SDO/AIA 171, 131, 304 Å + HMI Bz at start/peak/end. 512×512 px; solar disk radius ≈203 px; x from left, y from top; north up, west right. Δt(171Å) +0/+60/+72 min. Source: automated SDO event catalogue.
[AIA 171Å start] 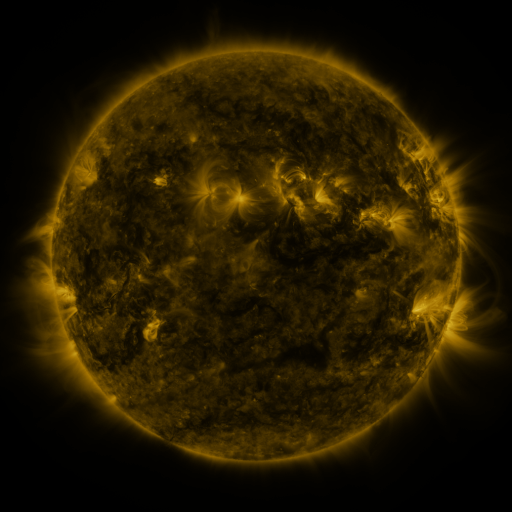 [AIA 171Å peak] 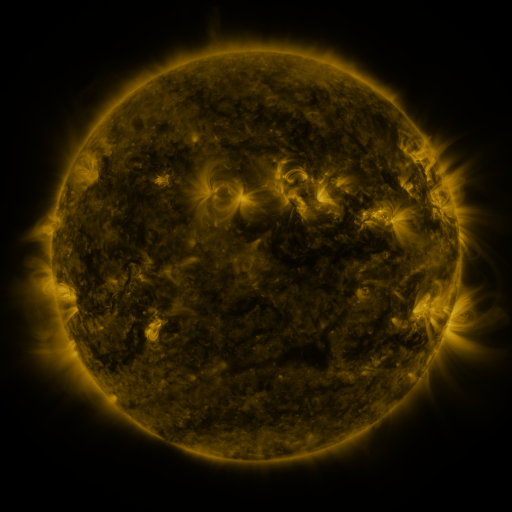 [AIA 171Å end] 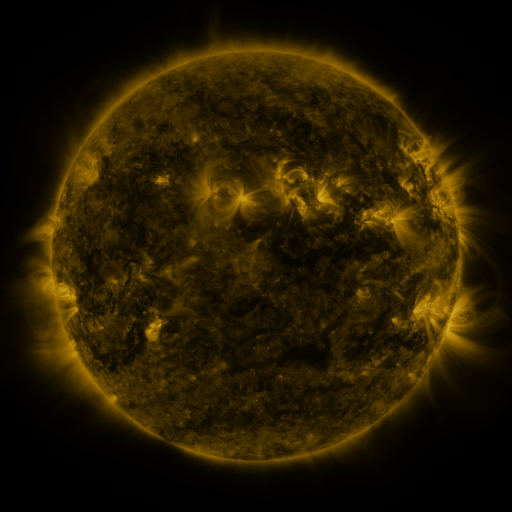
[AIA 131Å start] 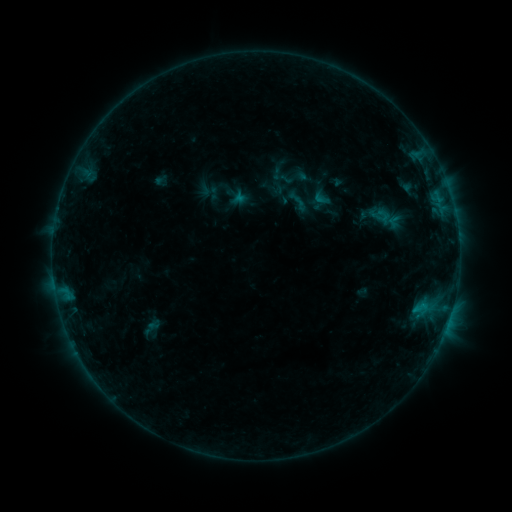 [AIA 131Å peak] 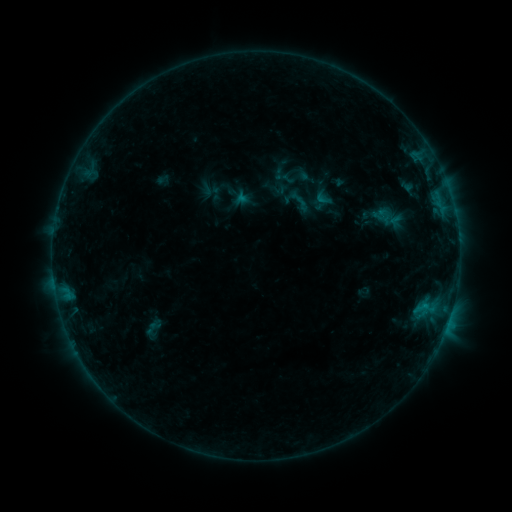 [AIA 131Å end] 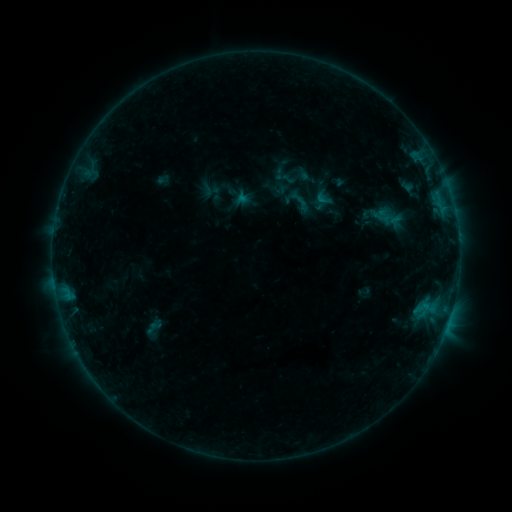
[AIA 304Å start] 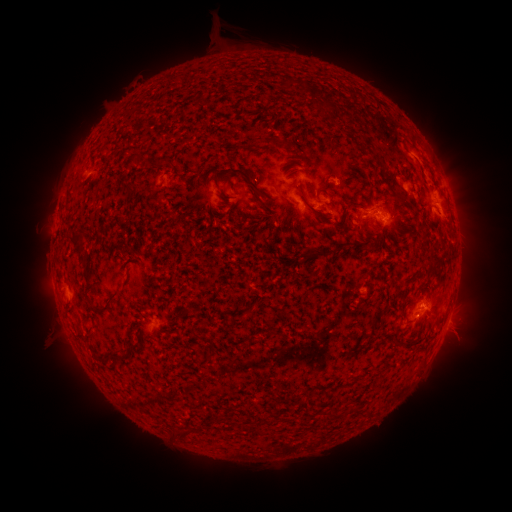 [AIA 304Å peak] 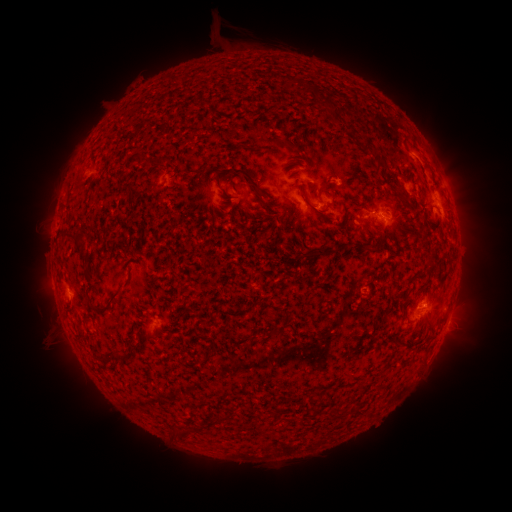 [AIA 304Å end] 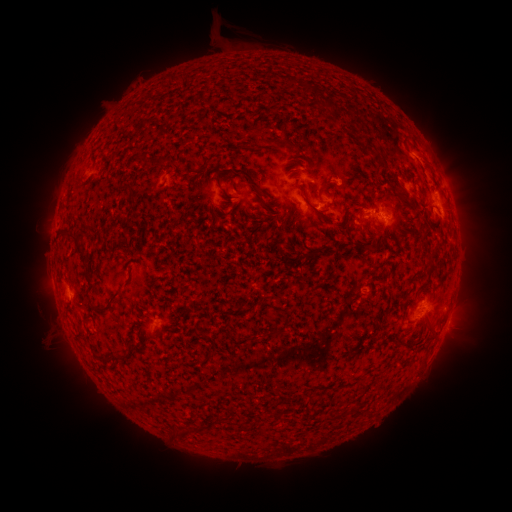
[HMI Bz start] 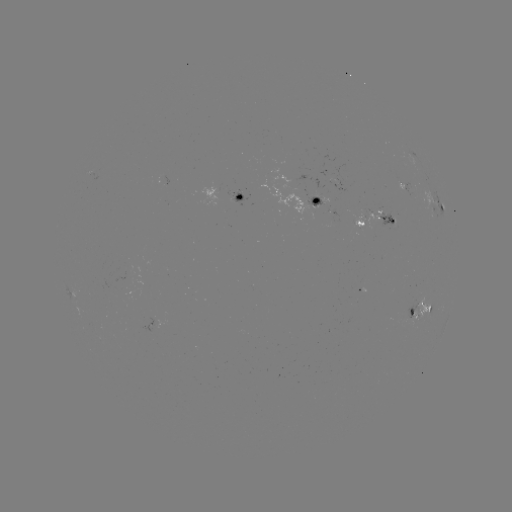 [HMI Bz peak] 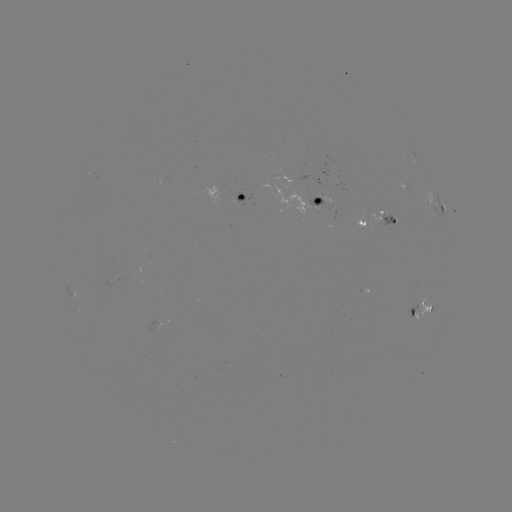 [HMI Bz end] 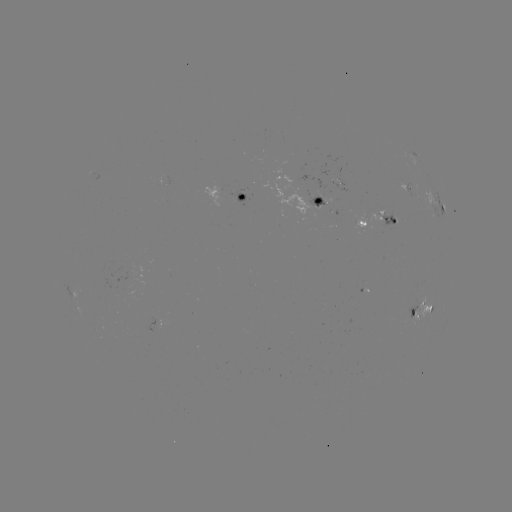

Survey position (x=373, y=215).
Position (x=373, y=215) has emerging-flux region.